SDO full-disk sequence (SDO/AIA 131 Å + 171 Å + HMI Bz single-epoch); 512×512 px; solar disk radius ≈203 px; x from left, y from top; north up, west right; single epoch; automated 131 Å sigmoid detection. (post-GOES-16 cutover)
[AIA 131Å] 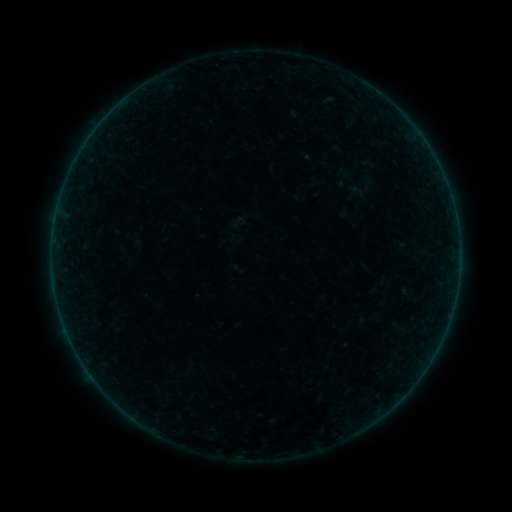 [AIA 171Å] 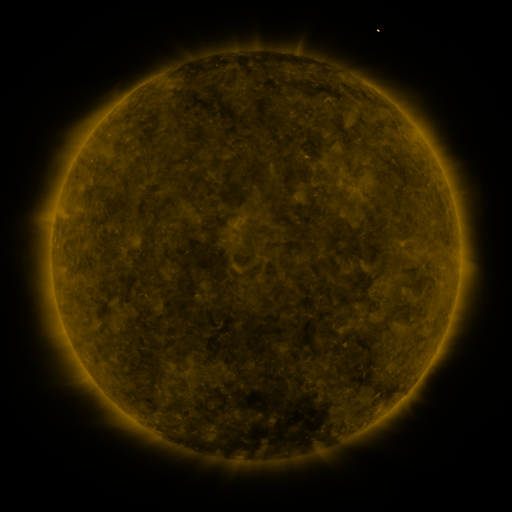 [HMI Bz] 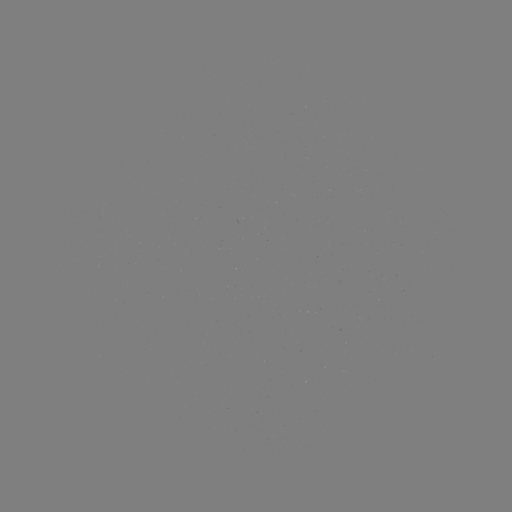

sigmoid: [231, 214, 246, 229]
